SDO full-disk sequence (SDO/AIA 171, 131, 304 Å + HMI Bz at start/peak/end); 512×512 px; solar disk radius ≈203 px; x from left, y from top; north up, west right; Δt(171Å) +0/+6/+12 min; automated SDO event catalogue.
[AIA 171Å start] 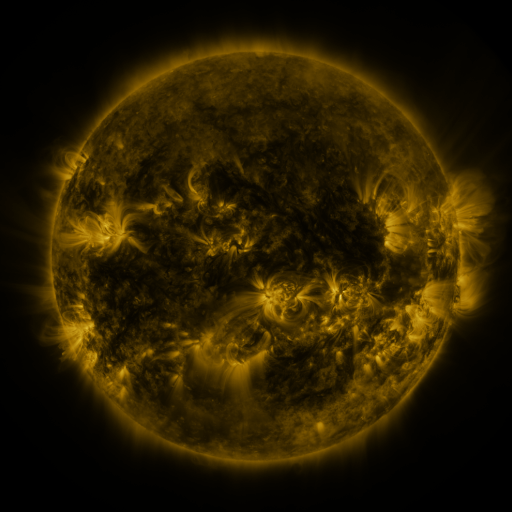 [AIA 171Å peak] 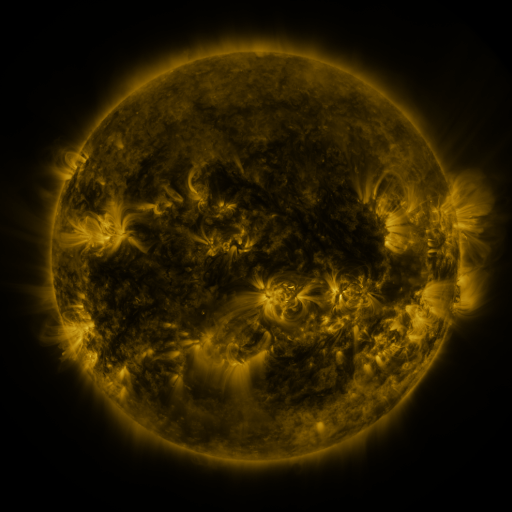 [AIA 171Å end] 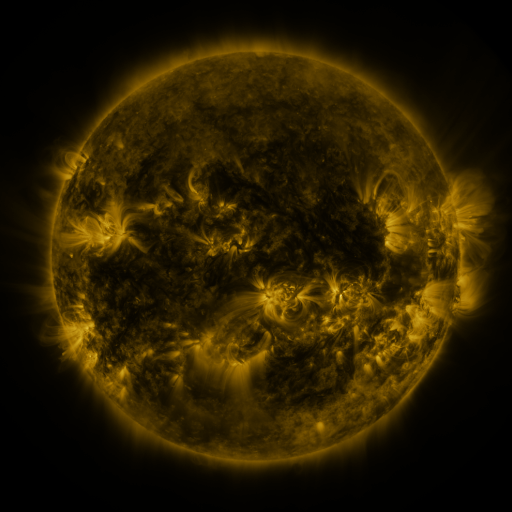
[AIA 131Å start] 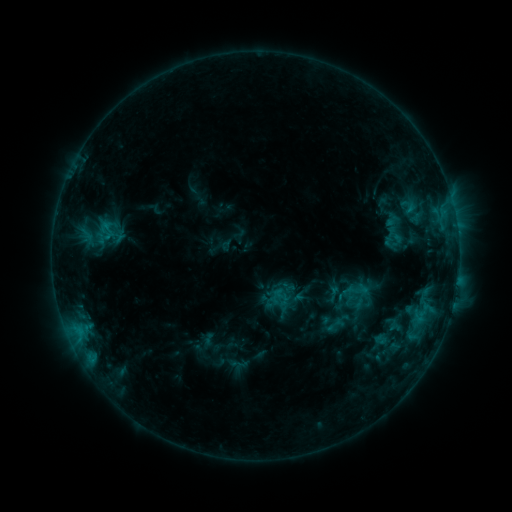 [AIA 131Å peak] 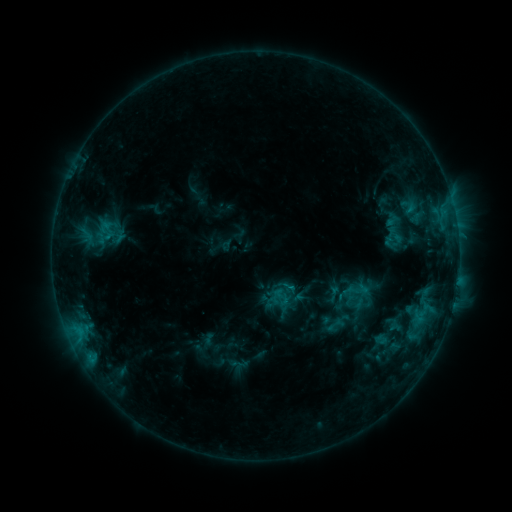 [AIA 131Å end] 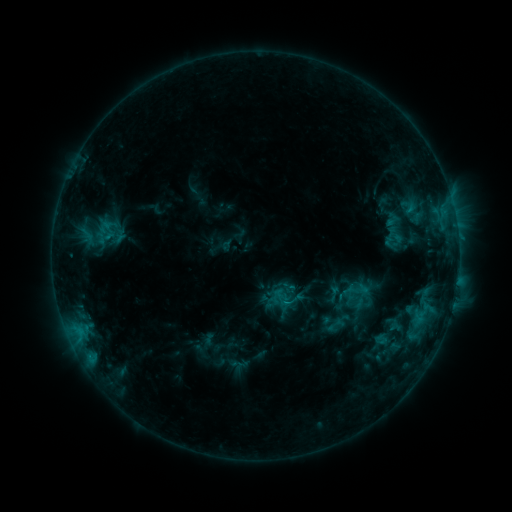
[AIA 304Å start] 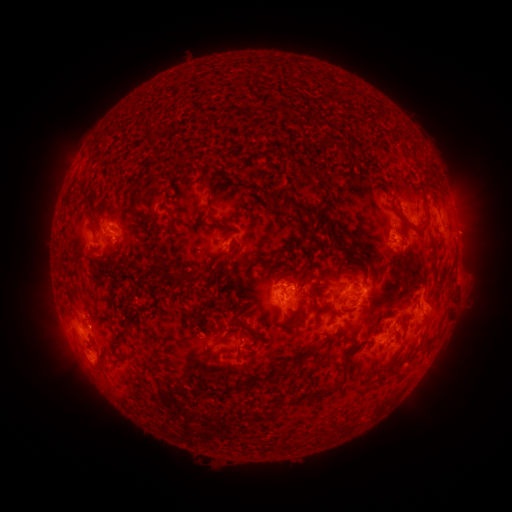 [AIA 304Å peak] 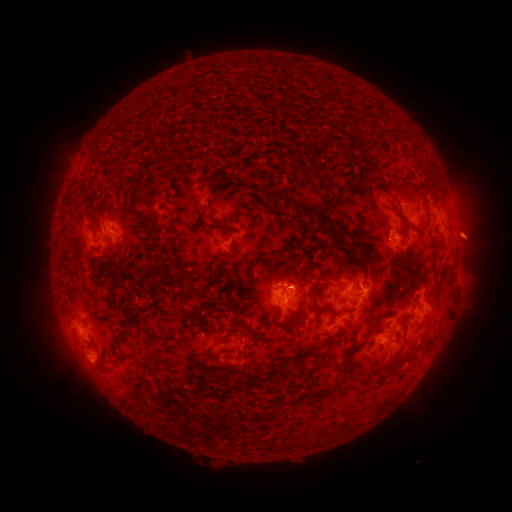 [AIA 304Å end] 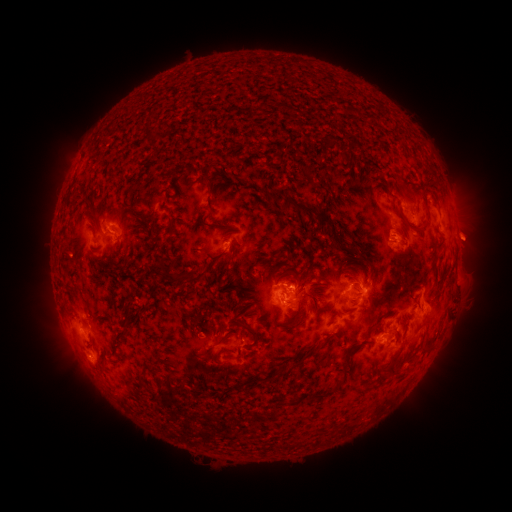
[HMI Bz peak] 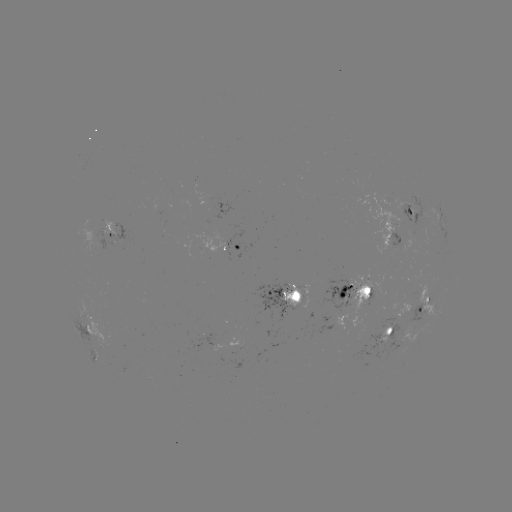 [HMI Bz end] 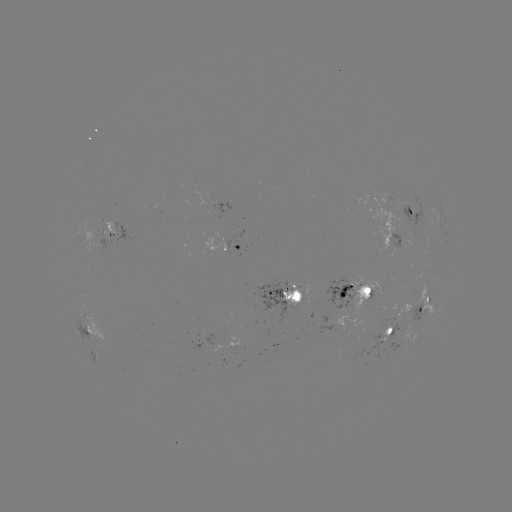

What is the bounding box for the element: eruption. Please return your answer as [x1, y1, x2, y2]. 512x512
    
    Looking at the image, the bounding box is [442, 208, 502, 265].